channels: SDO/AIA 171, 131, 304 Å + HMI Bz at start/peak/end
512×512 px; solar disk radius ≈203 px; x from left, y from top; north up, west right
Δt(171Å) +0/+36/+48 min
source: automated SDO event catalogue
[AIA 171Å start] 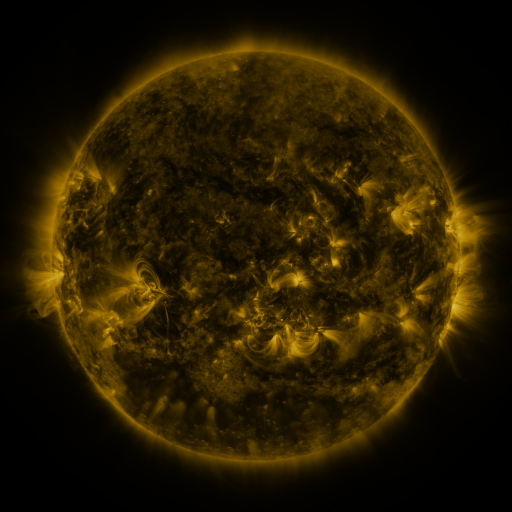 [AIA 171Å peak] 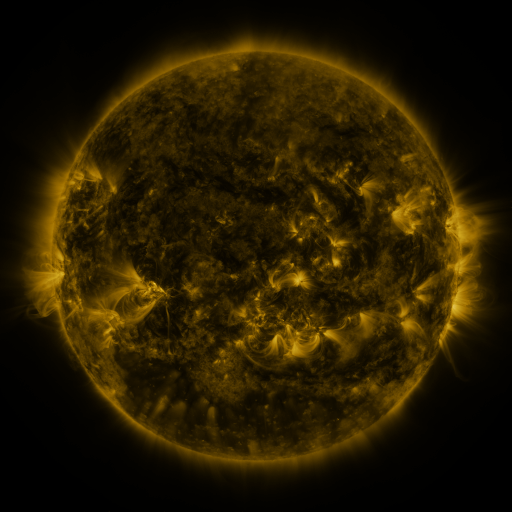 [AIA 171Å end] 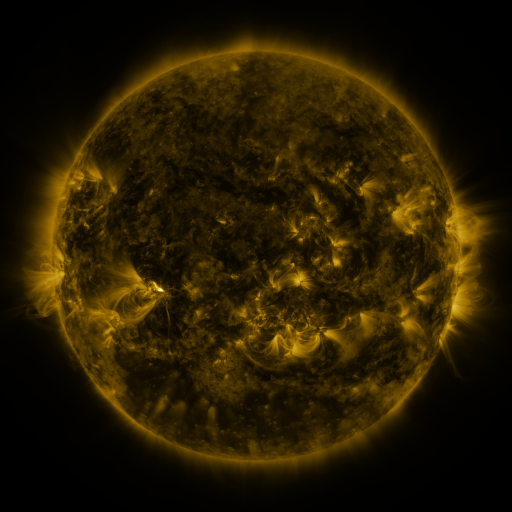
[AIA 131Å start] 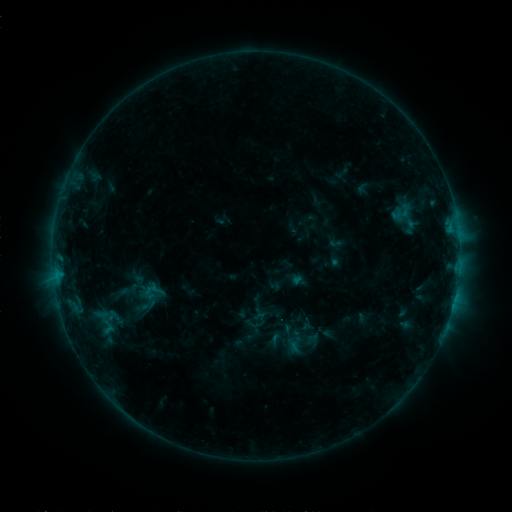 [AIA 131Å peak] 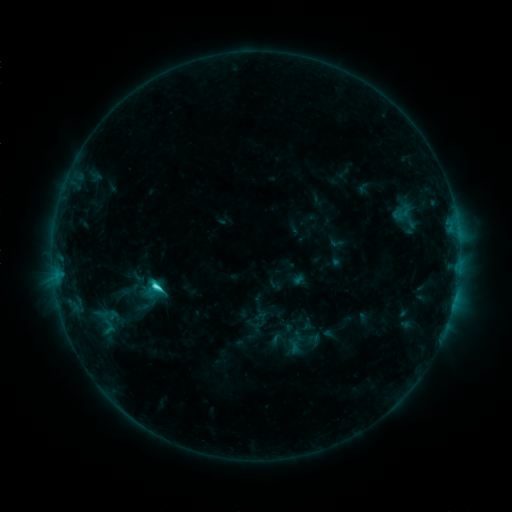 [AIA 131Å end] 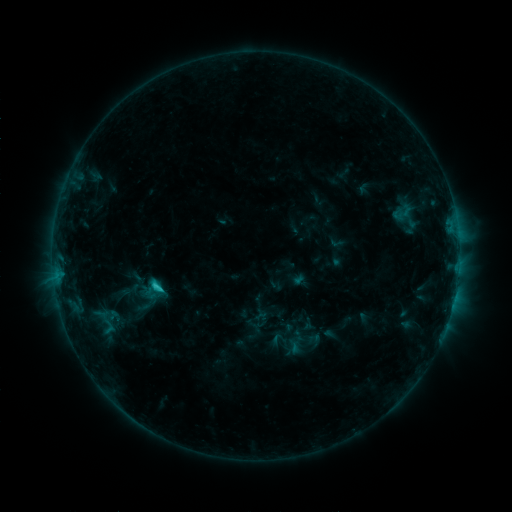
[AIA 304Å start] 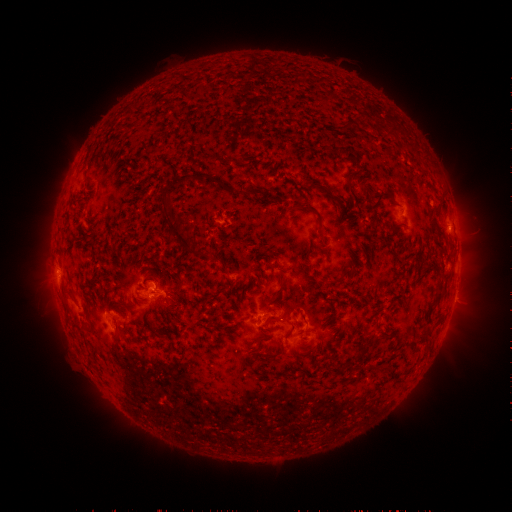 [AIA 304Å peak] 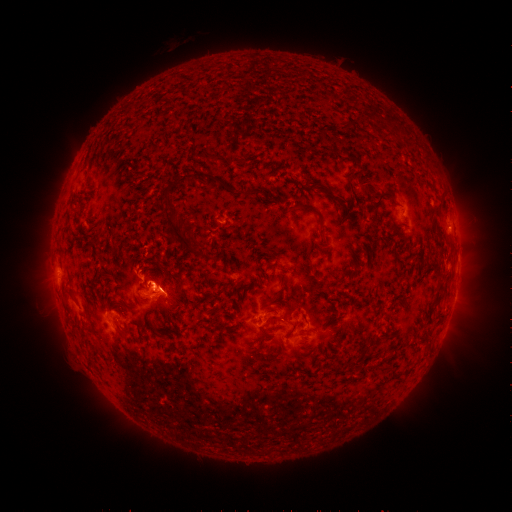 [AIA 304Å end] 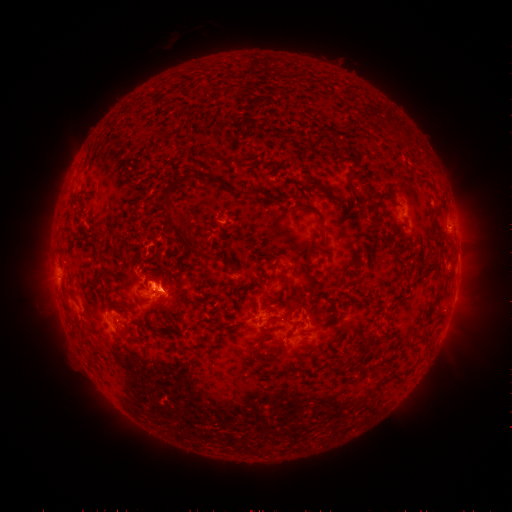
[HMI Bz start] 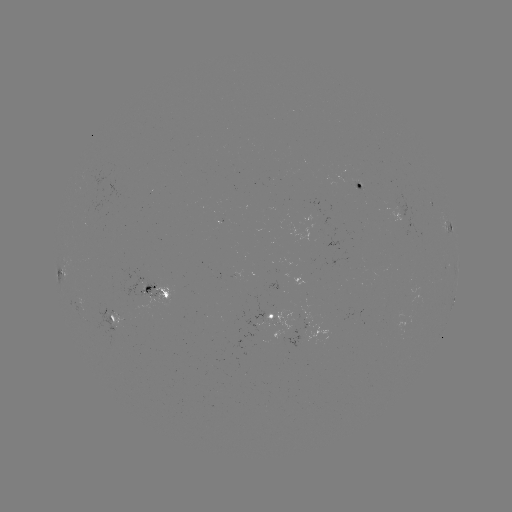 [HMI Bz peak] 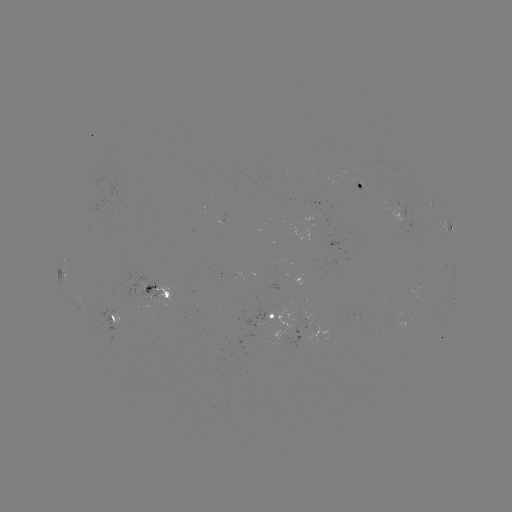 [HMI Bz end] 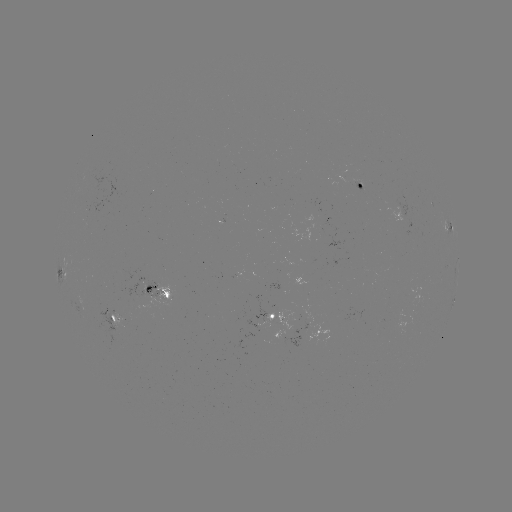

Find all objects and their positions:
C2.6 flare: (158, 286)
